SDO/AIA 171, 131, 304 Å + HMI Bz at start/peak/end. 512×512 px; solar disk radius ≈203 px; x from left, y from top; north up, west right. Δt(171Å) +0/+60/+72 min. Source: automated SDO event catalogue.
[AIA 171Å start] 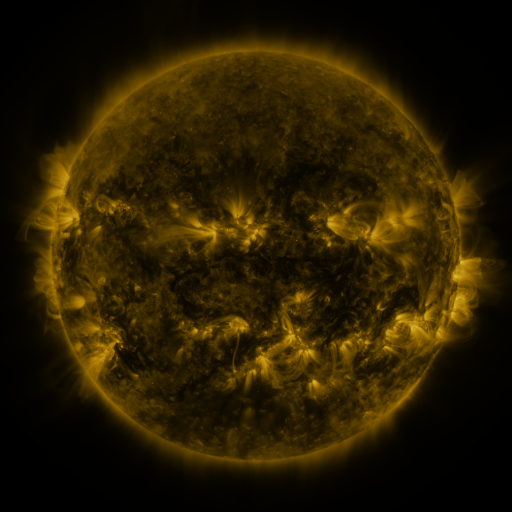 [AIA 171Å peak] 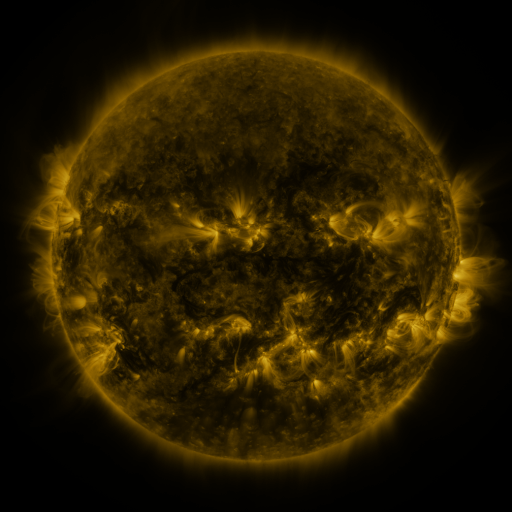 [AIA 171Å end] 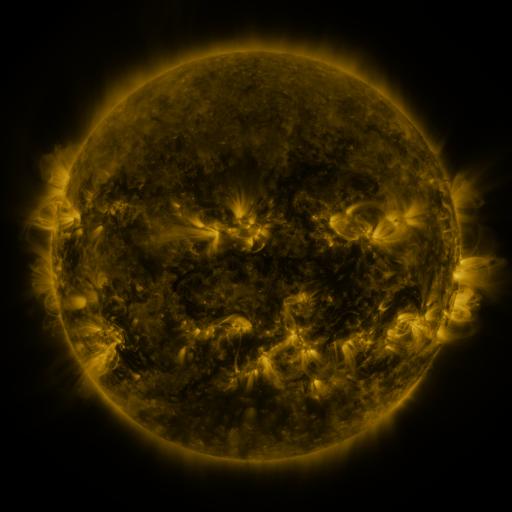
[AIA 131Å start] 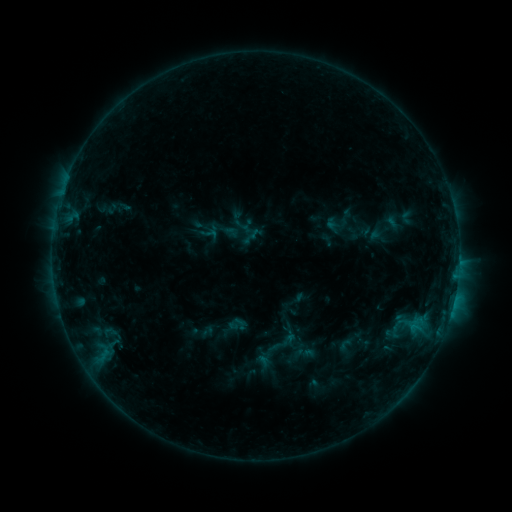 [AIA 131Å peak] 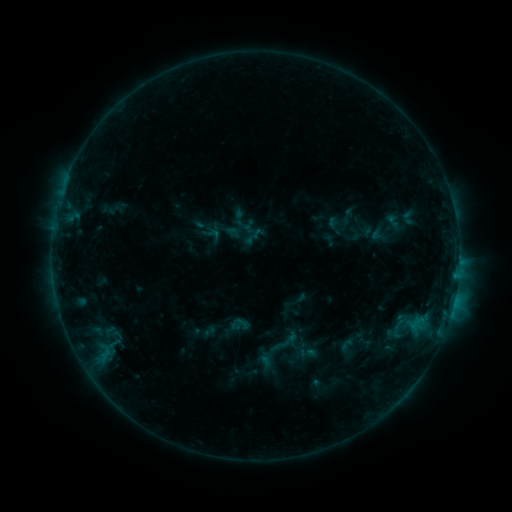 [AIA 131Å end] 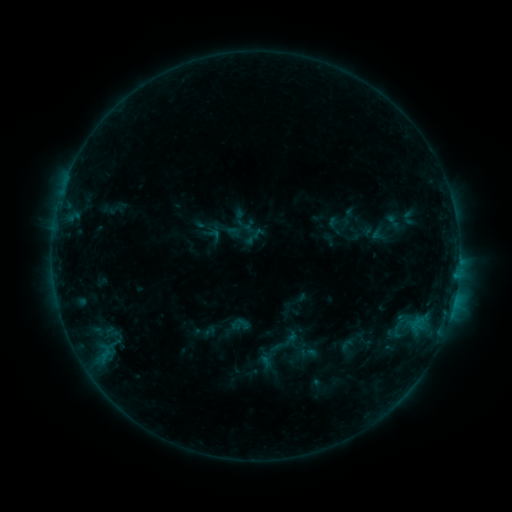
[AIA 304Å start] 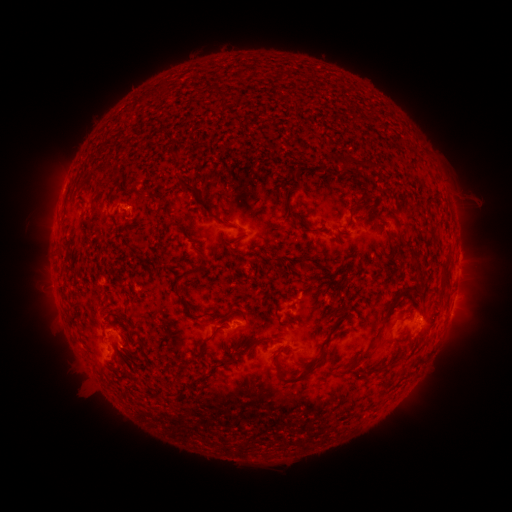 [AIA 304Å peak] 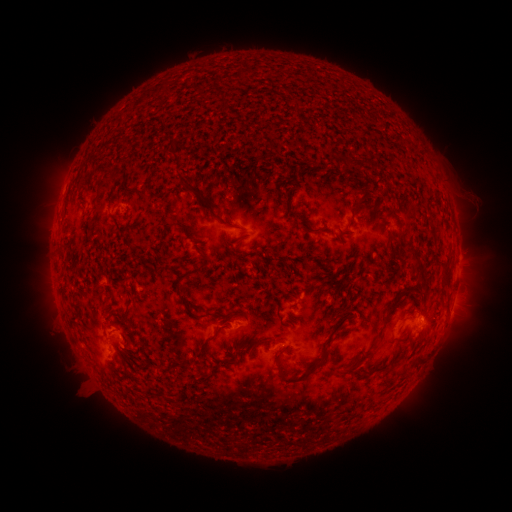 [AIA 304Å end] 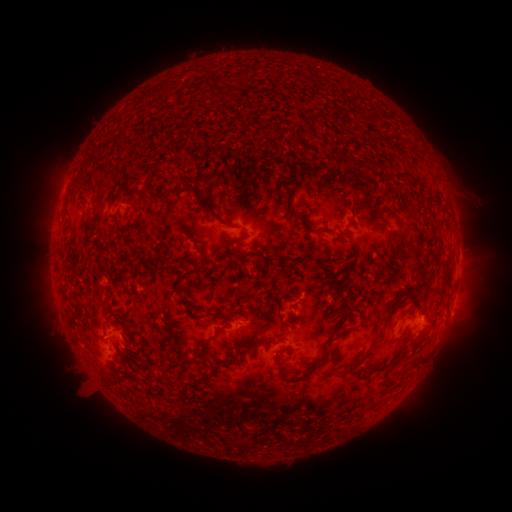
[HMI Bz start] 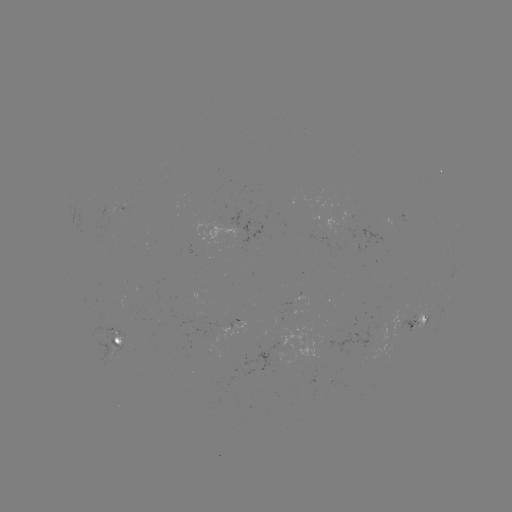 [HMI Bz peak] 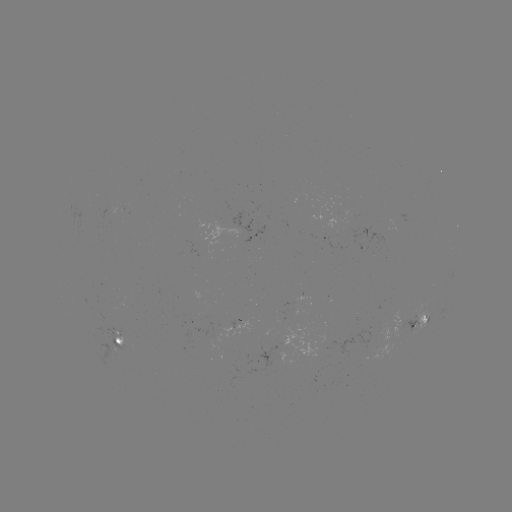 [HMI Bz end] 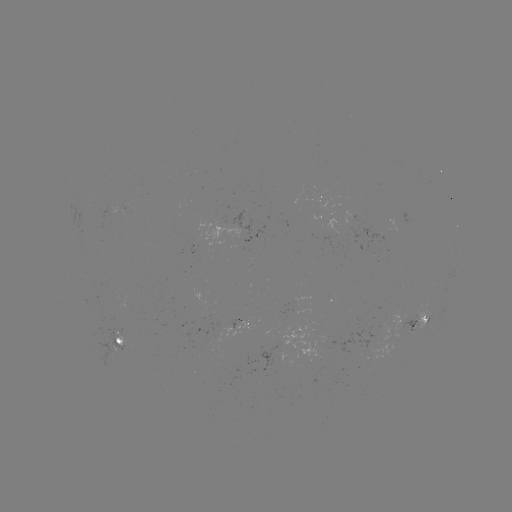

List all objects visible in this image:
emerging-flux region: (279, 358)
